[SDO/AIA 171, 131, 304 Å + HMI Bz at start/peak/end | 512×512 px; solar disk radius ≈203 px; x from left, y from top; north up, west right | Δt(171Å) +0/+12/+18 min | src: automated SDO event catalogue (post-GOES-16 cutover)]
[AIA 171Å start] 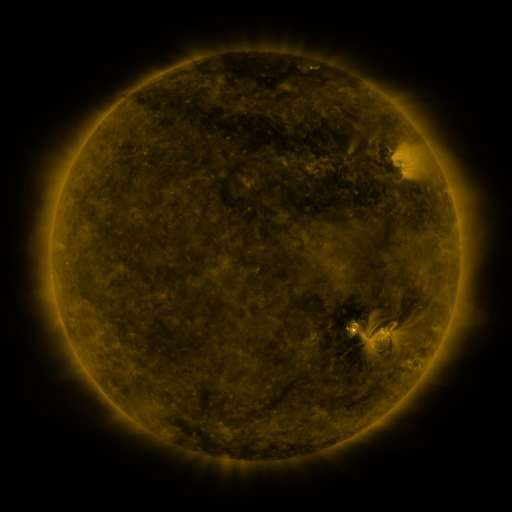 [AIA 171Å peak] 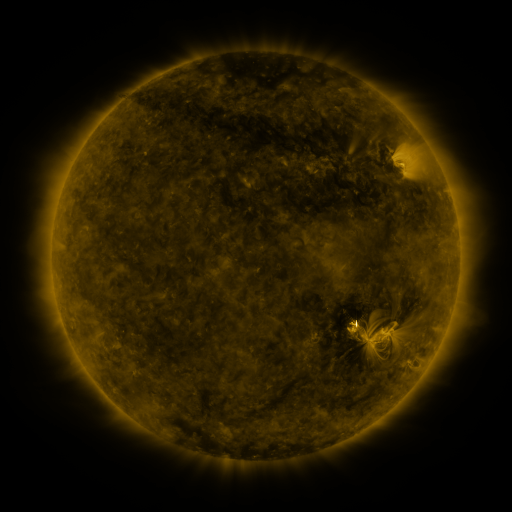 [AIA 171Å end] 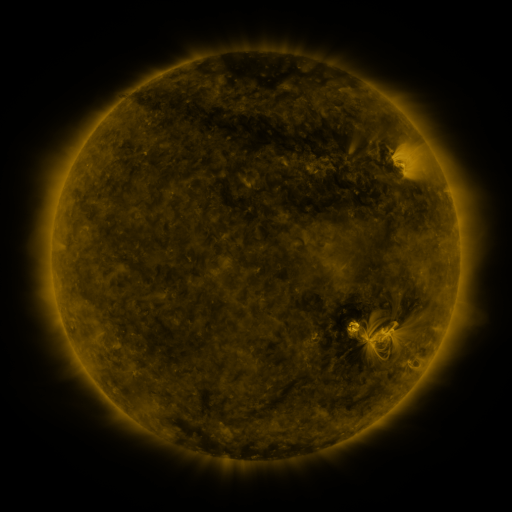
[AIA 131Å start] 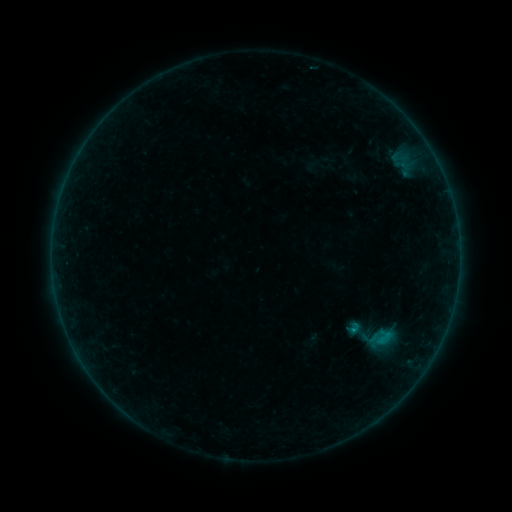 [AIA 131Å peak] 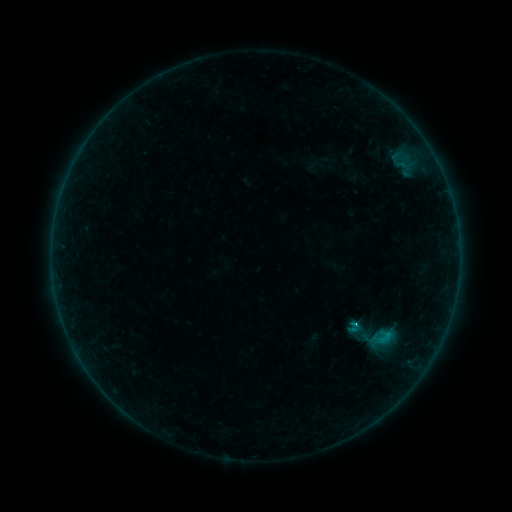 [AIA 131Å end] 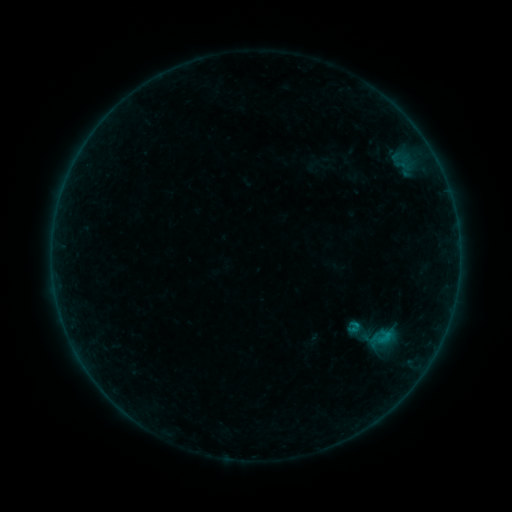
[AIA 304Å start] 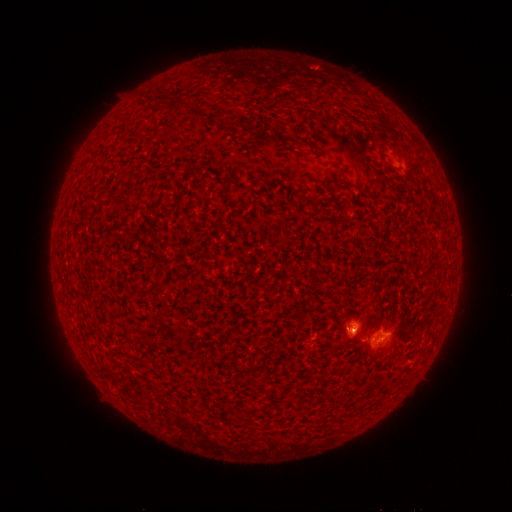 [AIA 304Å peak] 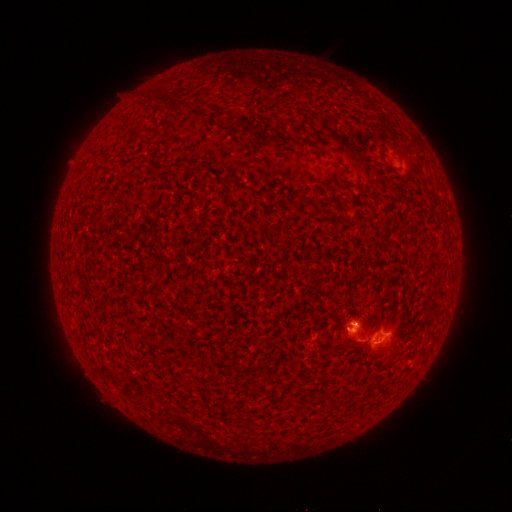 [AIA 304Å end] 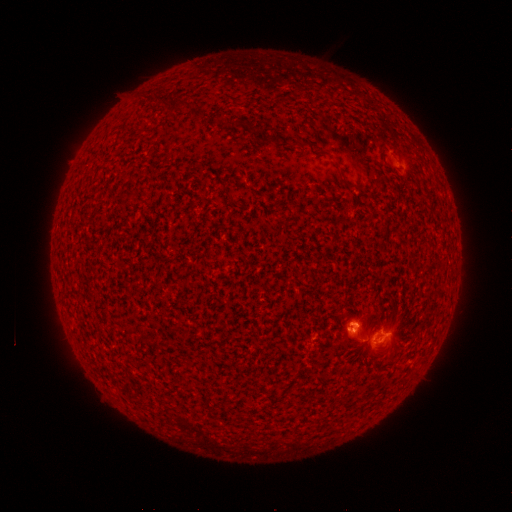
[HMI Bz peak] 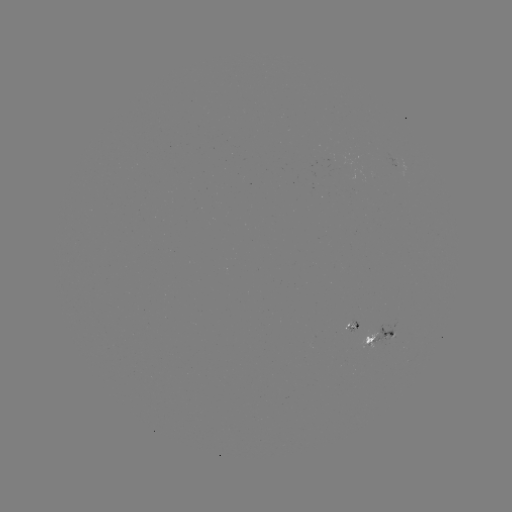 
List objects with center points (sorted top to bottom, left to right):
C1.3 flare: (354, 322)
